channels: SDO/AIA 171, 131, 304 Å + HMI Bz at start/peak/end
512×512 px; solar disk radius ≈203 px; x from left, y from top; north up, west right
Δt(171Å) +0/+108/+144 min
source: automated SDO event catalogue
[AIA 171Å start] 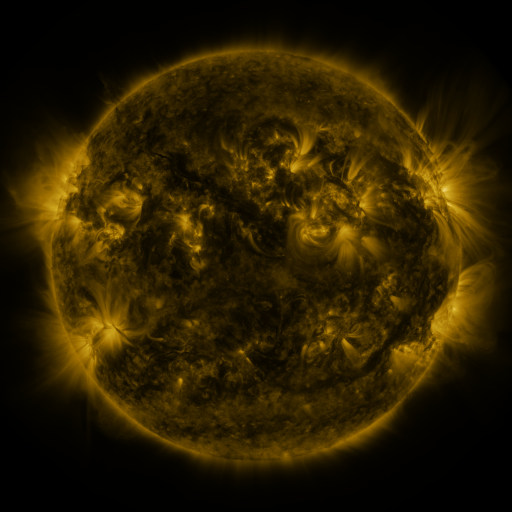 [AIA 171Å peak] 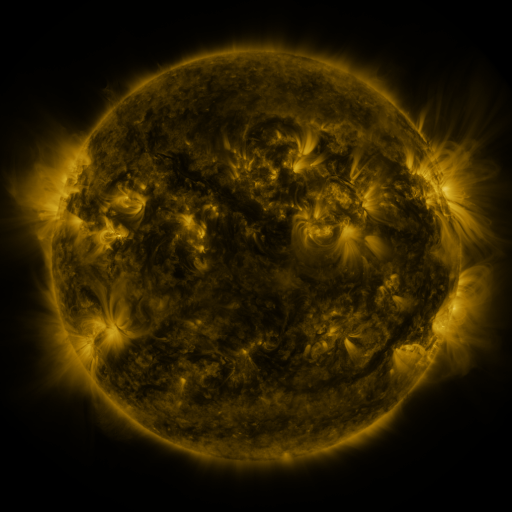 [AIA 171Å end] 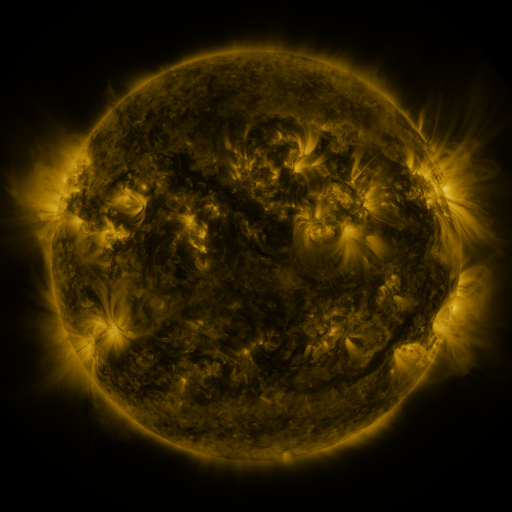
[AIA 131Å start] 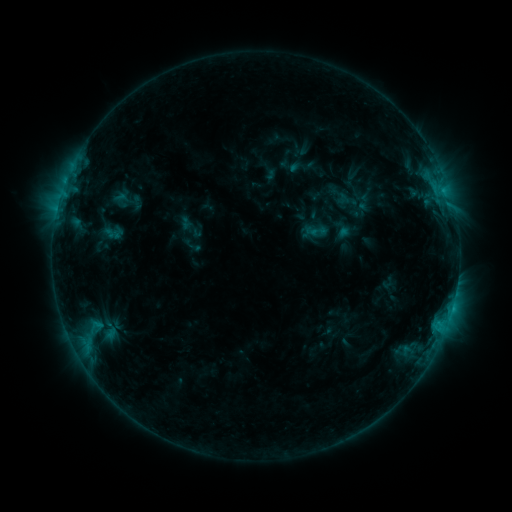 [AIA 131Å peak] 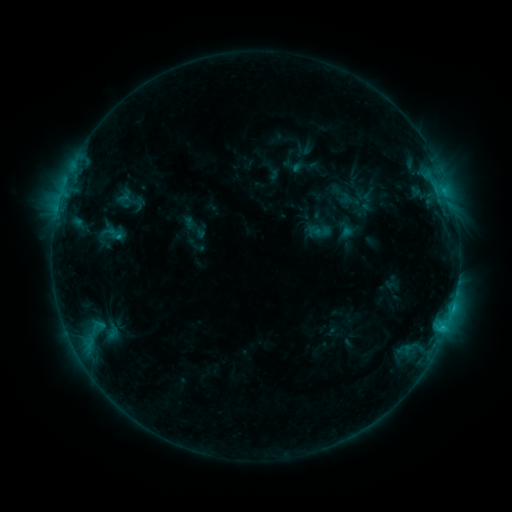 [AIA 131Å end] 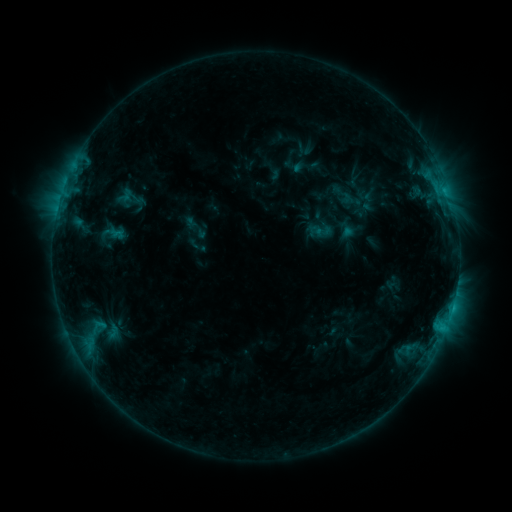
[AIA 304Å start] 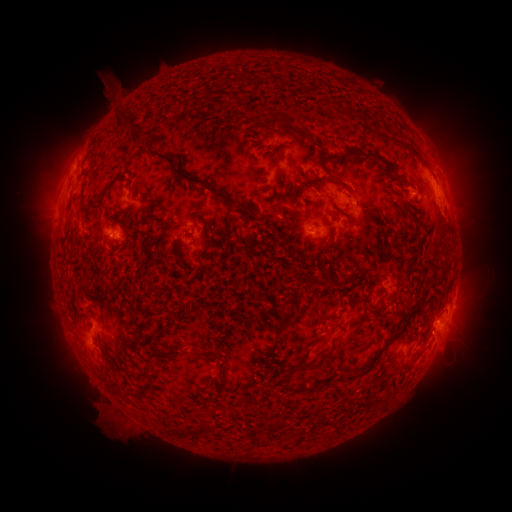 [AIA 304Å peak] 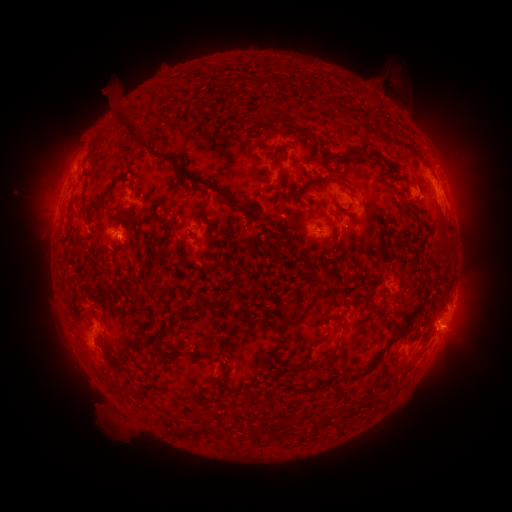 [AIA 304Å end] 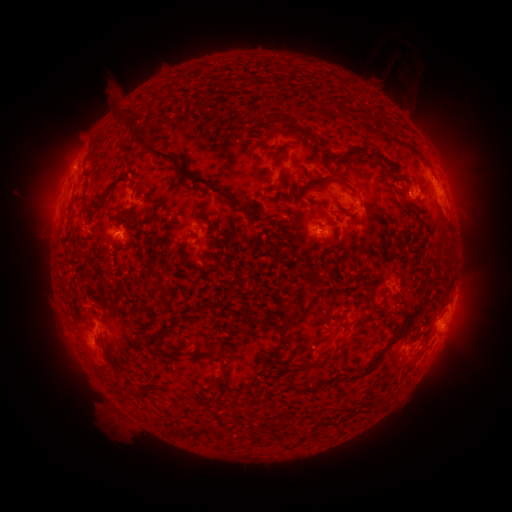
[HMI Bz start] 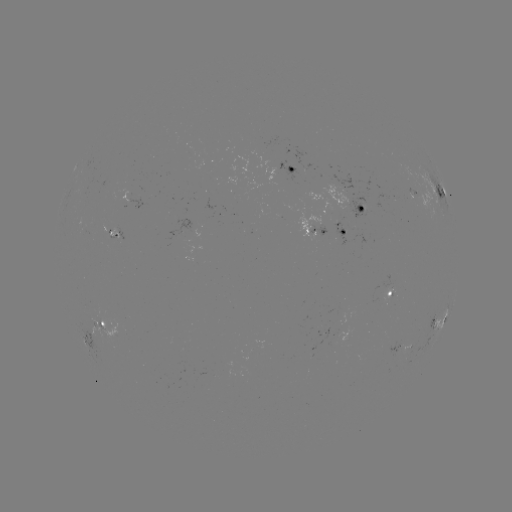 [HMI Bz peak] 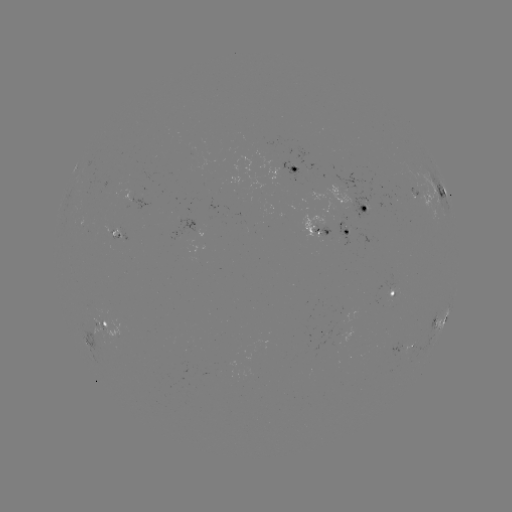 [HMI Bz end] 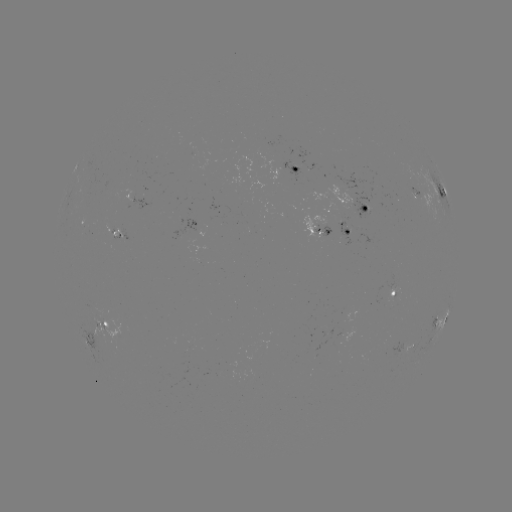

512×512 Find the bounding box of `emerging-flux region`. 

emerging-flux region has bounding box [314, 328, 351, 350].